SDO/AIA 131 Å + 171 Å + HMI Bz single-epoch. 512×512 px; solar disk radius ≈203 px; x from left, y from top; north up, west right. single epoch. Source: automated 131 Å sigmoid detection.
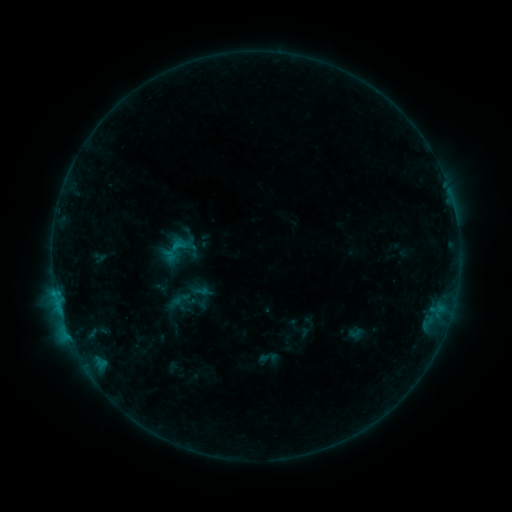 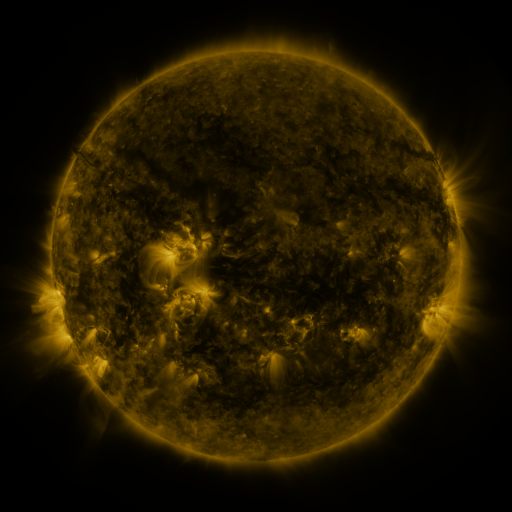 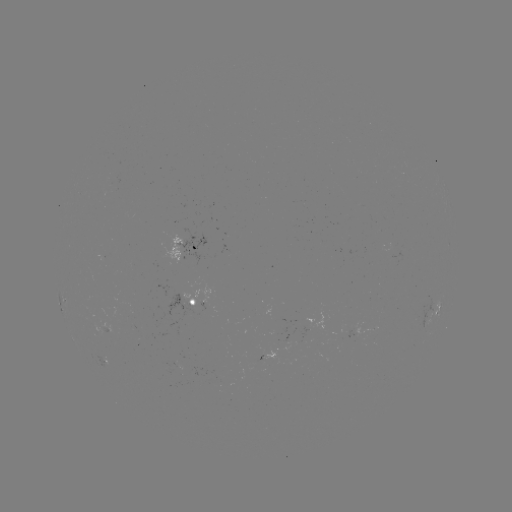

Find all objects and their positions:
sigmoid: <bbox>169, 288, 190, 309</bbox>
